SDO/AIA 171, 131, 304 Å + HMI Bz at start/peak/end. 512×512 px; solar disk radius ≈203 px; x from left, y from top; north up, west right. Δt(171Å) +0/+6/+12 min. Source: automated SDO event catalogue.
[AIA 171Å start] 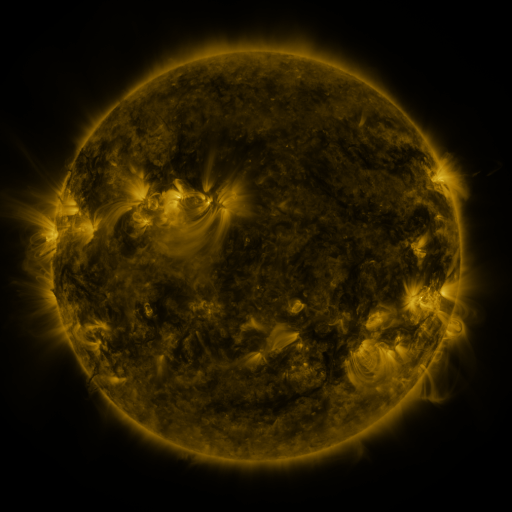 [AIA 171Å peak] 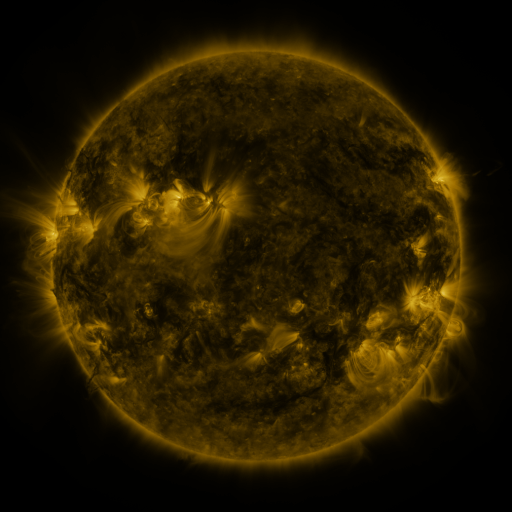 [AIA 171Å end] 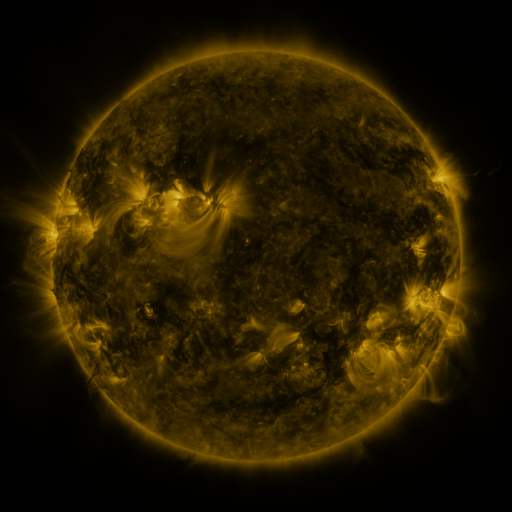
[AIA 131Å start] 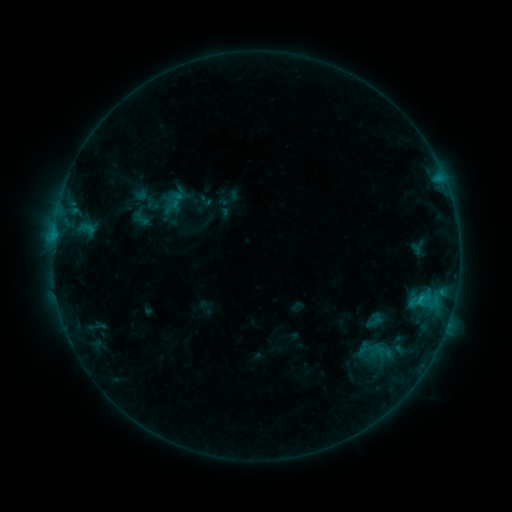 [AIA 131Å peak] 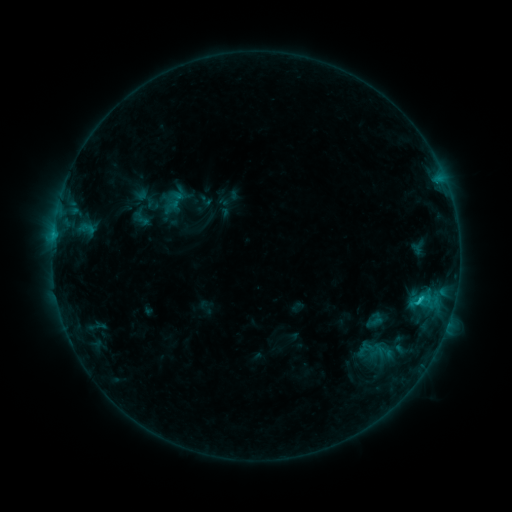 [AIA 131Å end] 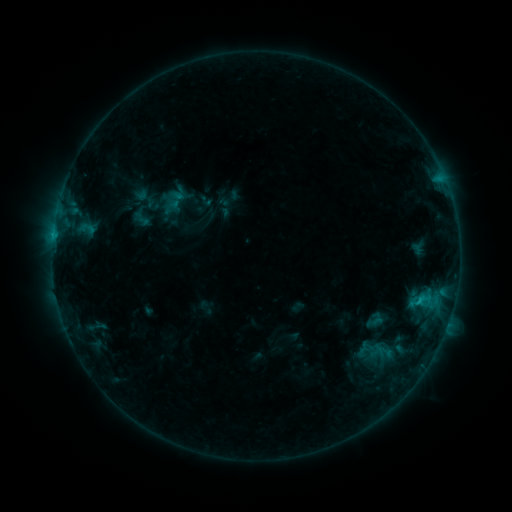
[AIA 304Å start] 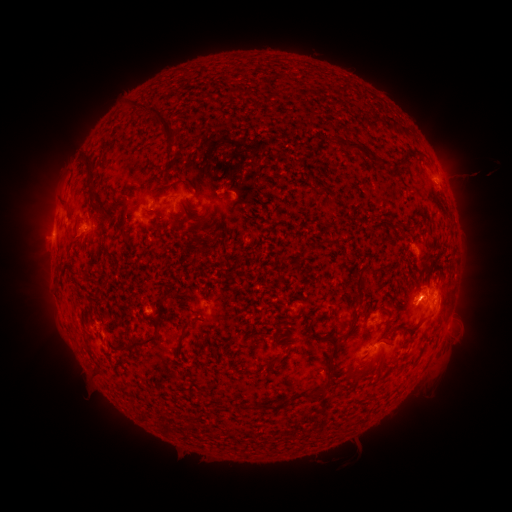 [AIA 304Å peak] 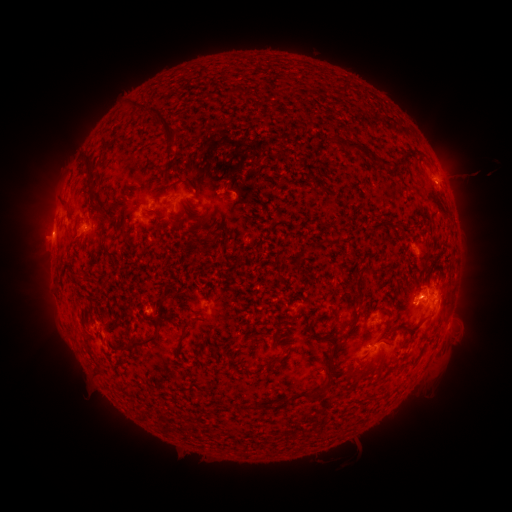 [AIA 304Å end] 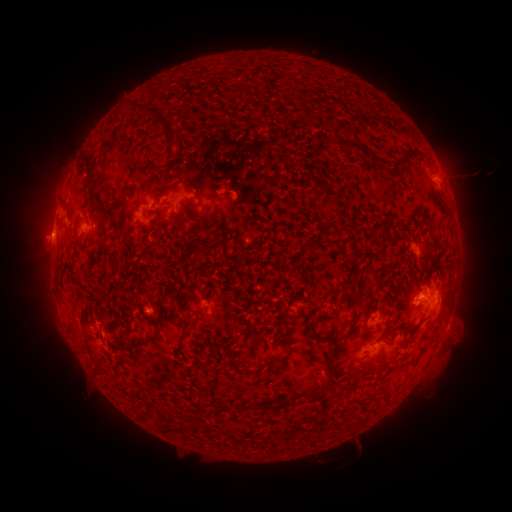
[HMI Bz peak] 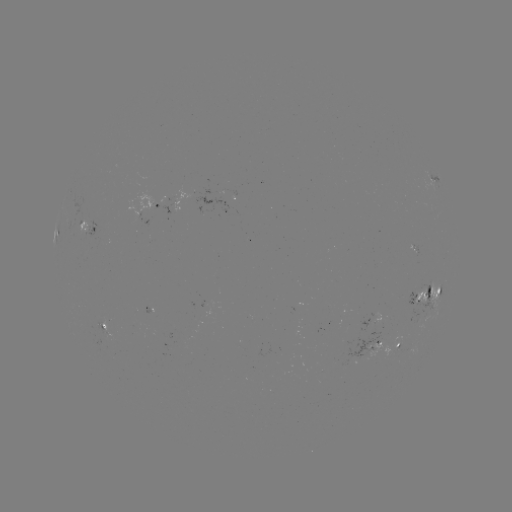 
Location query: C1.2 flare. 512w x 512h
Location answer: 418,299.